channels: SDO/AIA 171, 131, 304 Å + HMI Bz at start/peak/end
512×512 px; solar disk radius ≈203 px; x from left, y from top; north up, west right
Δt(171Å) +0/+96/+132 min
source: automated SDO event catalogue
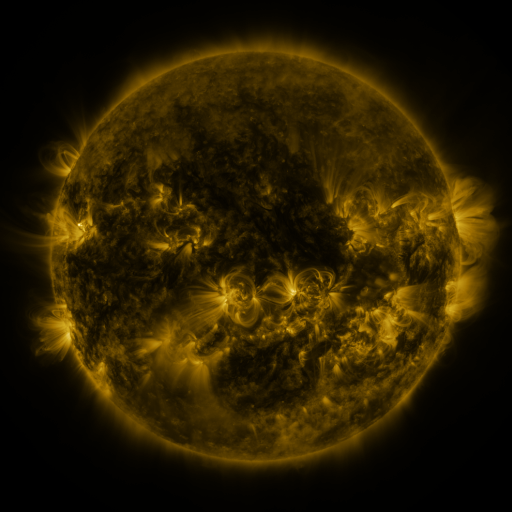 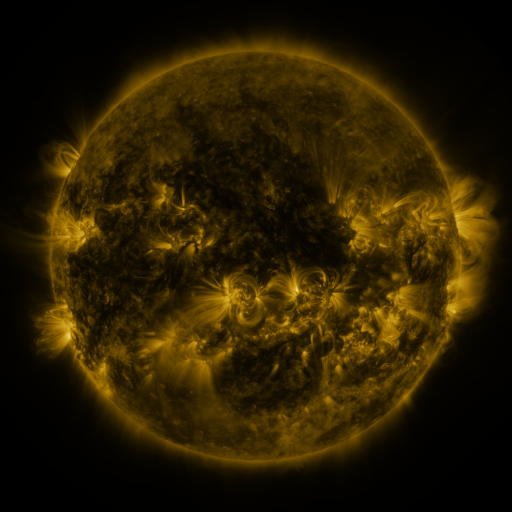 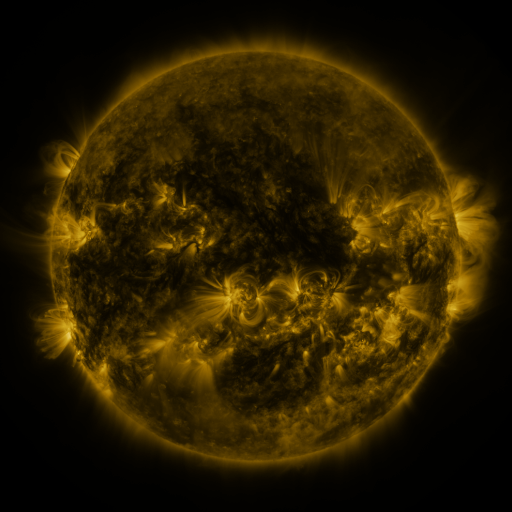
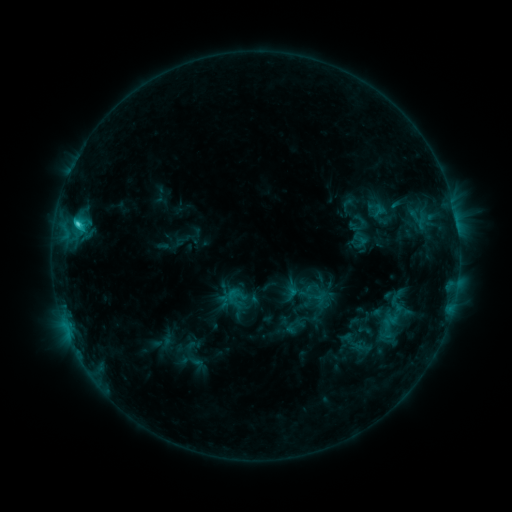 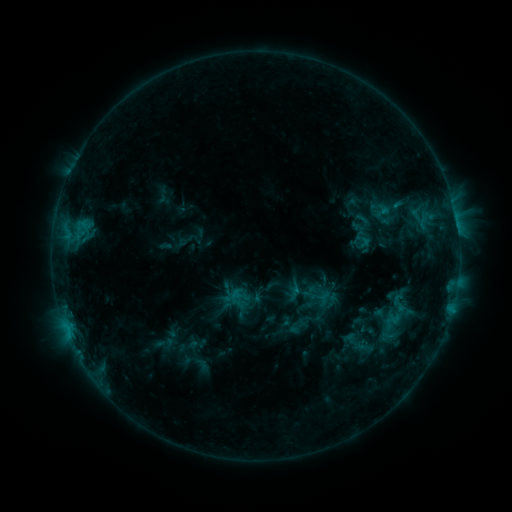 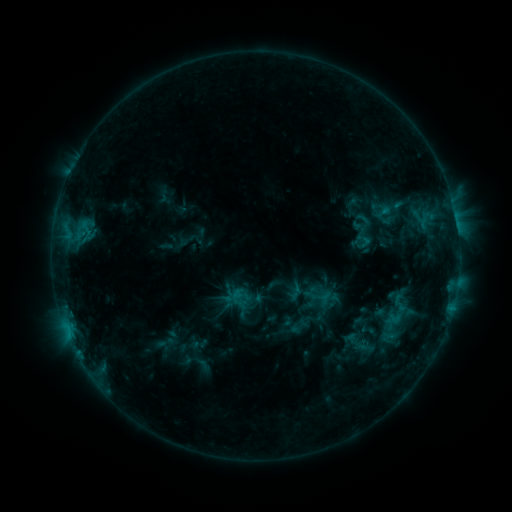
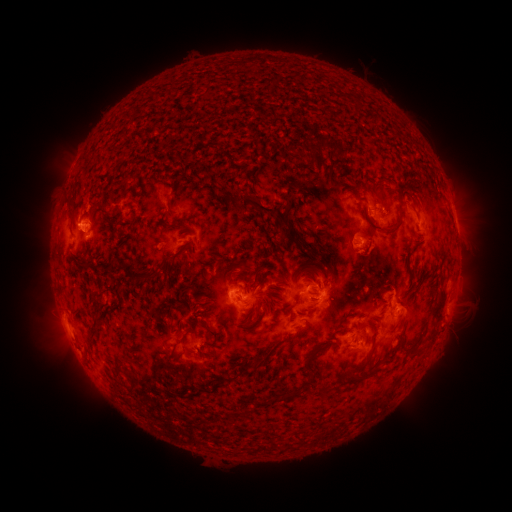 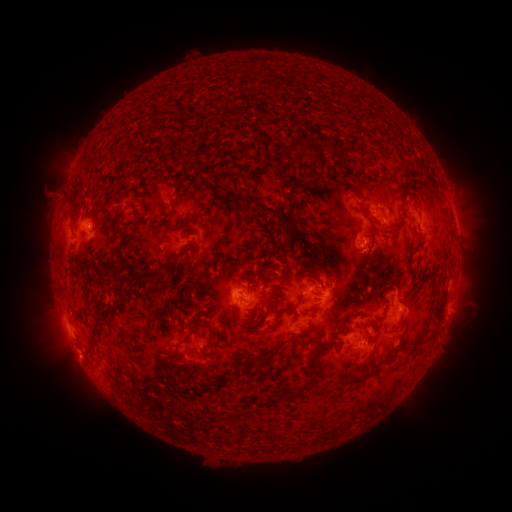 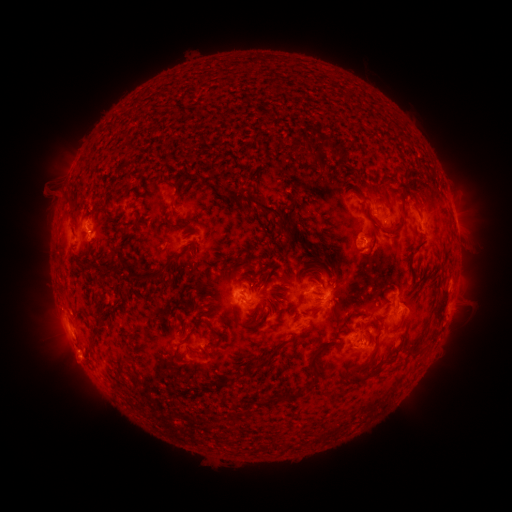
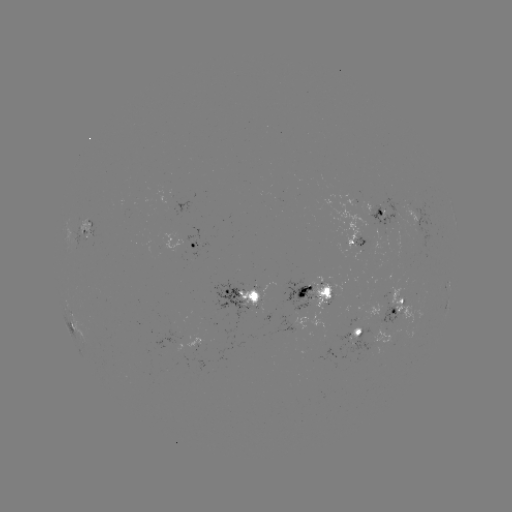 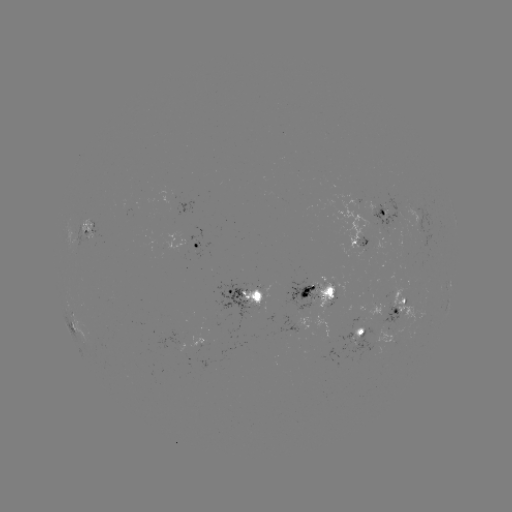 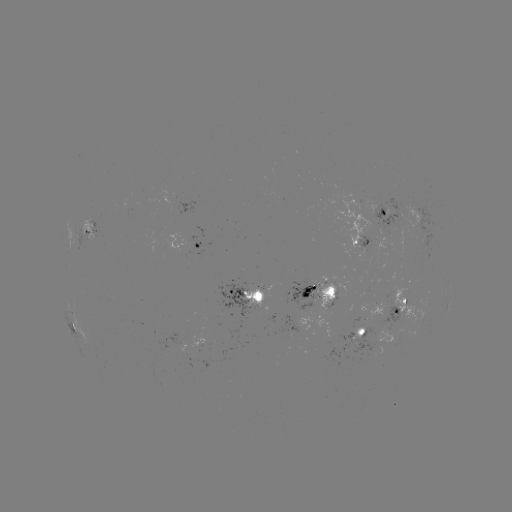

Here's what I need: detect emerging-flux region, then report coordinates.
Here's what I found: emerging-flux region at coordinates (386, 210).